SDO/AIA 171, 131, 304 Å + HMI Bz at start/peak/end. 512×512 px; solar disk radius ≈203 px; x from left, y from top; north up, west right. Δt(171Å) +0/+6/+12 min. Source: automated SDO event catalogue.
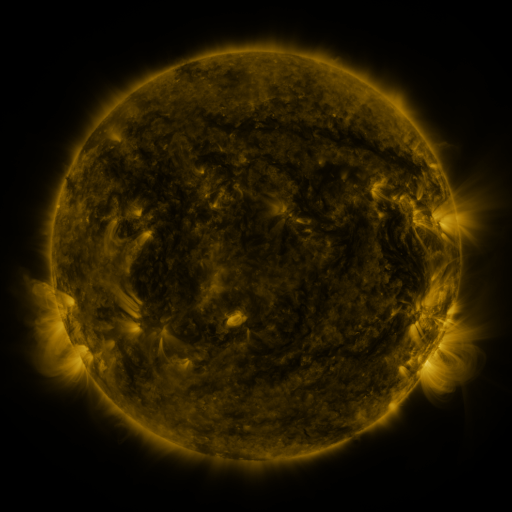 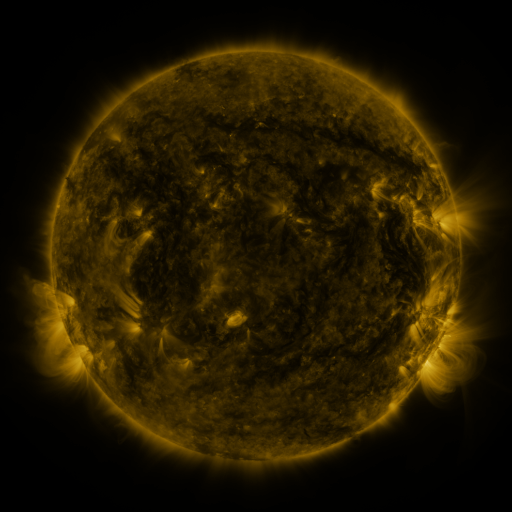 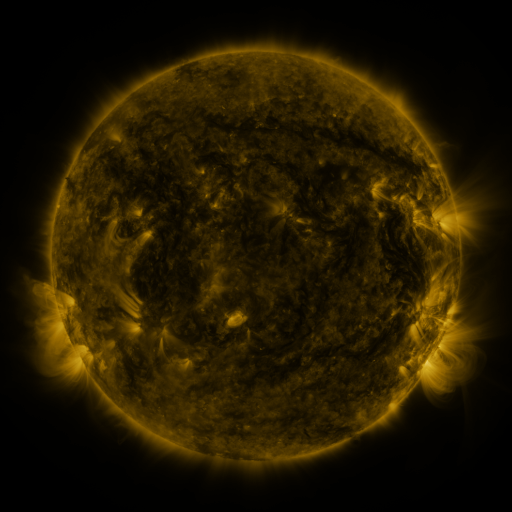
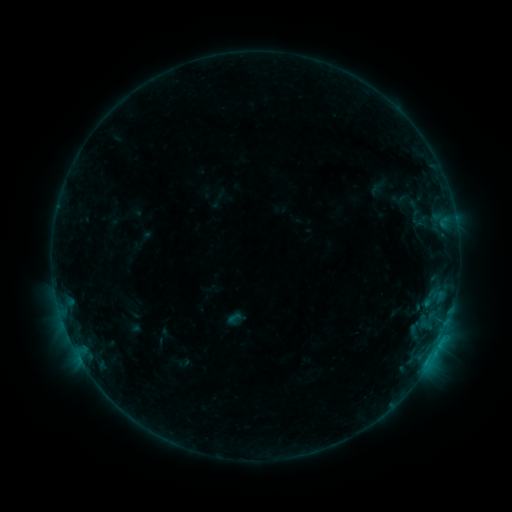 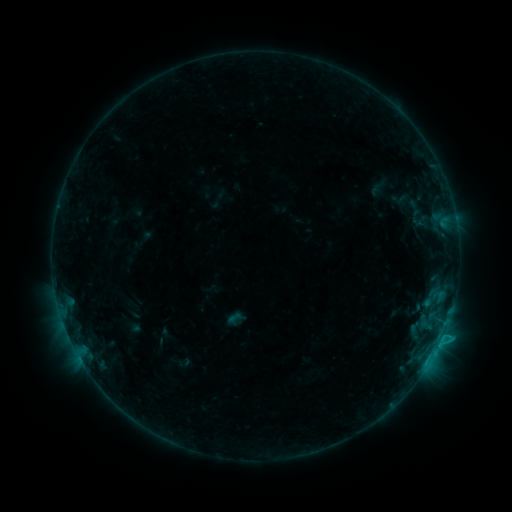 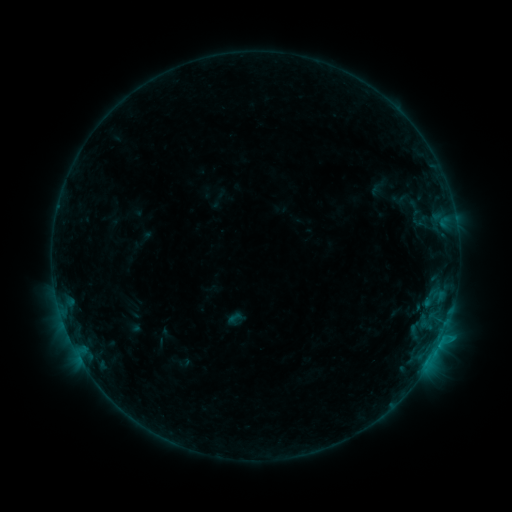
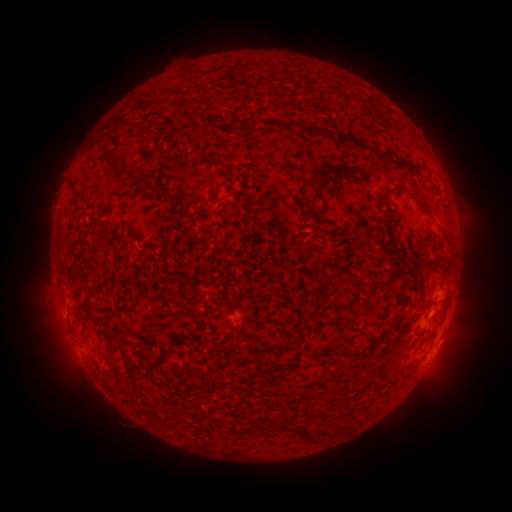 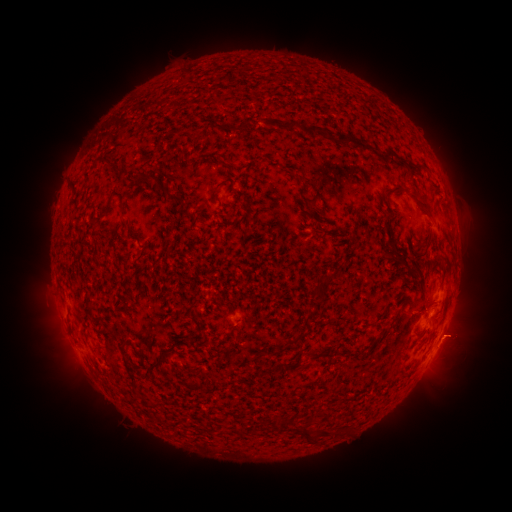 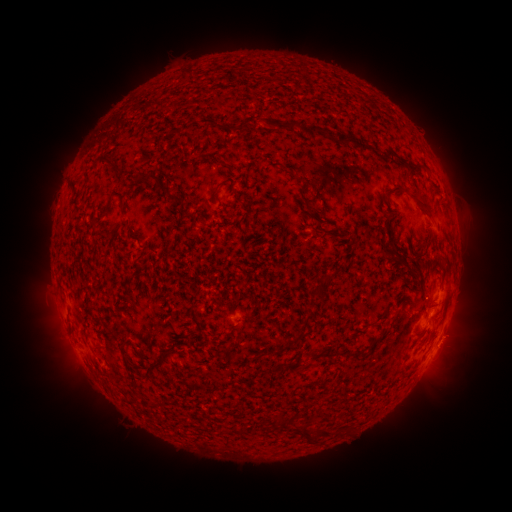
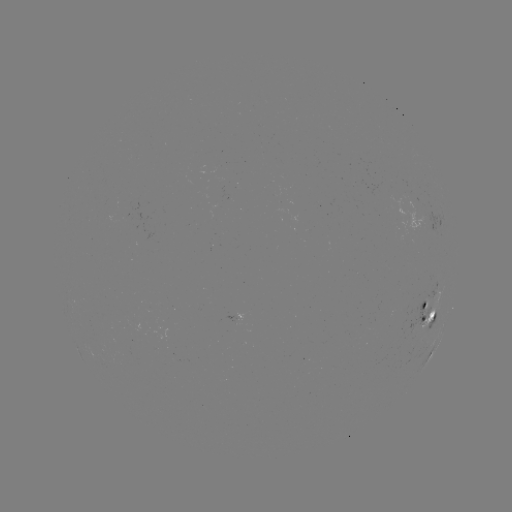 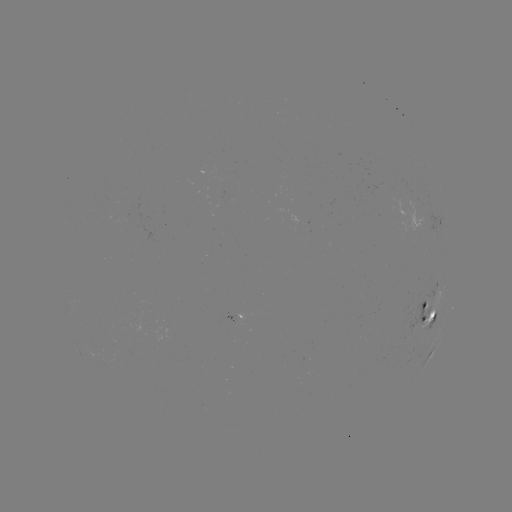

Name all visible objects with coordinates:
B6.4 flare: (444, 332)
